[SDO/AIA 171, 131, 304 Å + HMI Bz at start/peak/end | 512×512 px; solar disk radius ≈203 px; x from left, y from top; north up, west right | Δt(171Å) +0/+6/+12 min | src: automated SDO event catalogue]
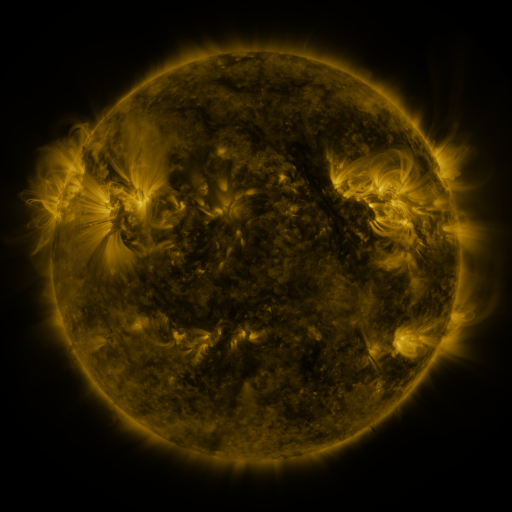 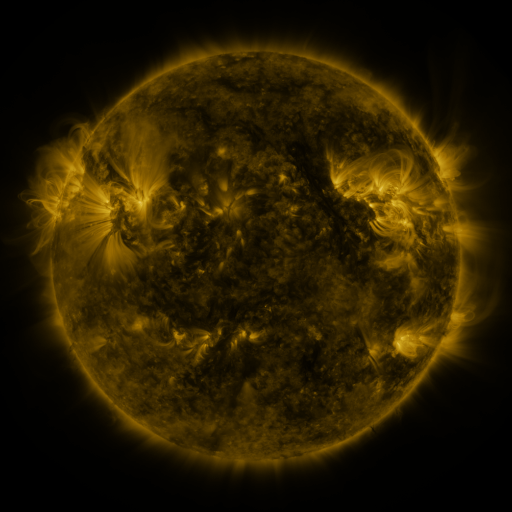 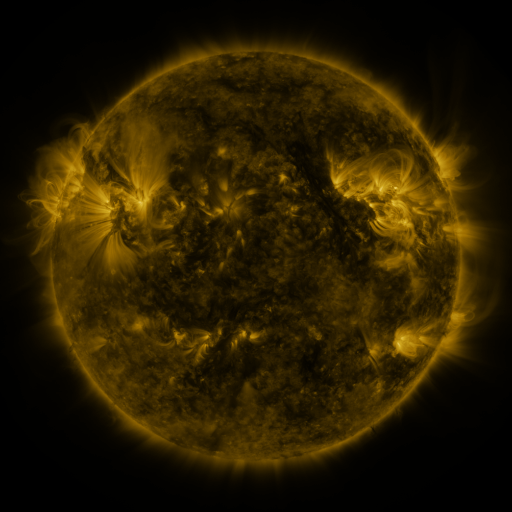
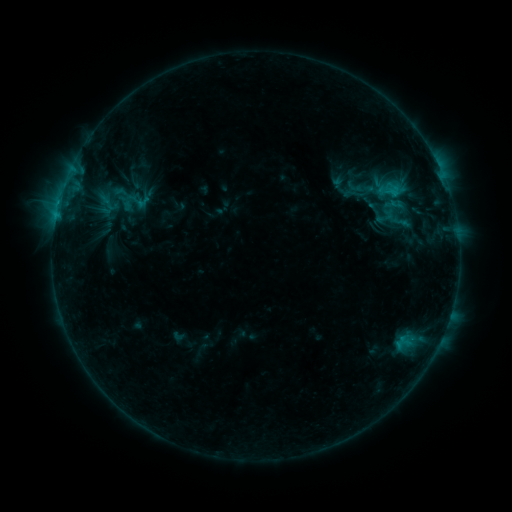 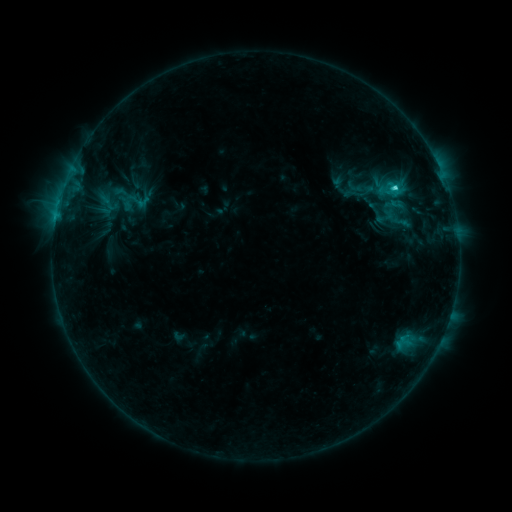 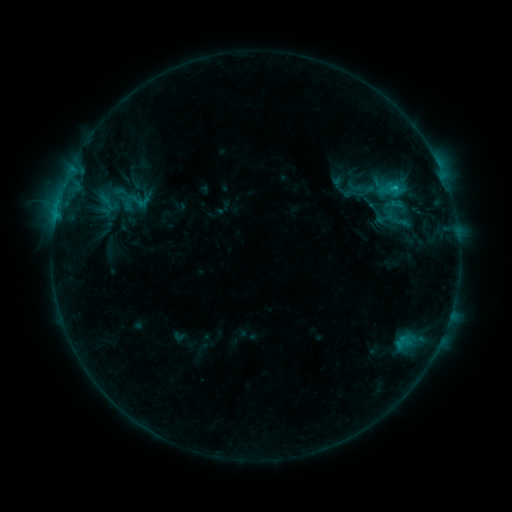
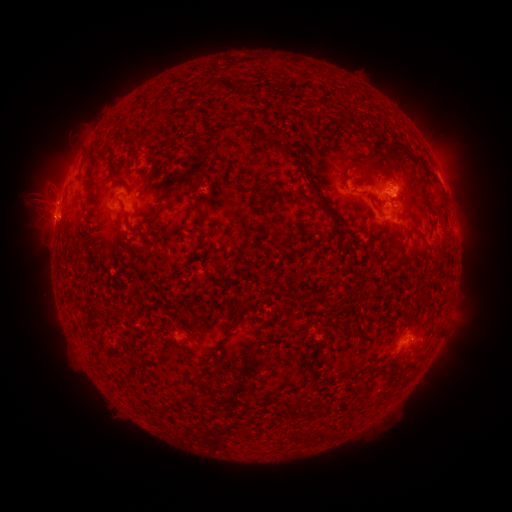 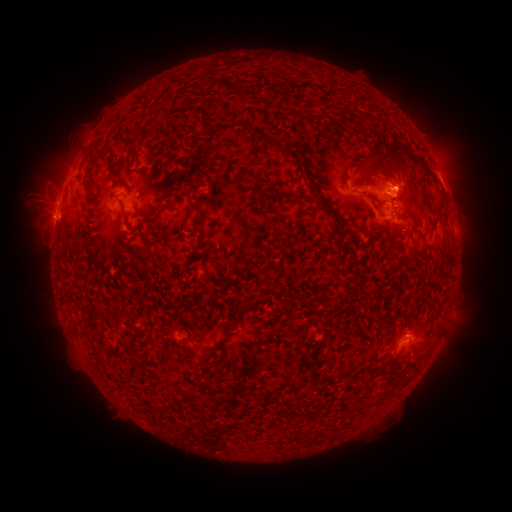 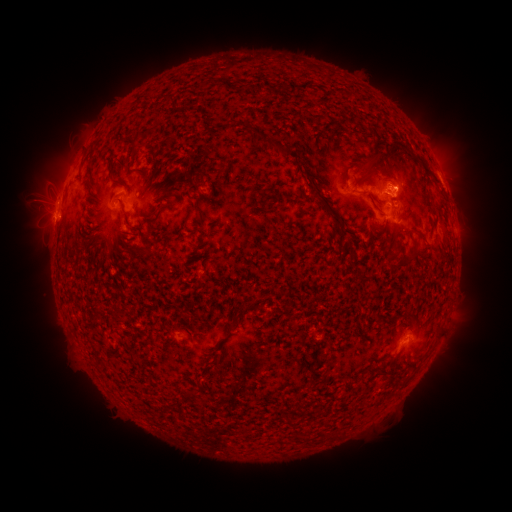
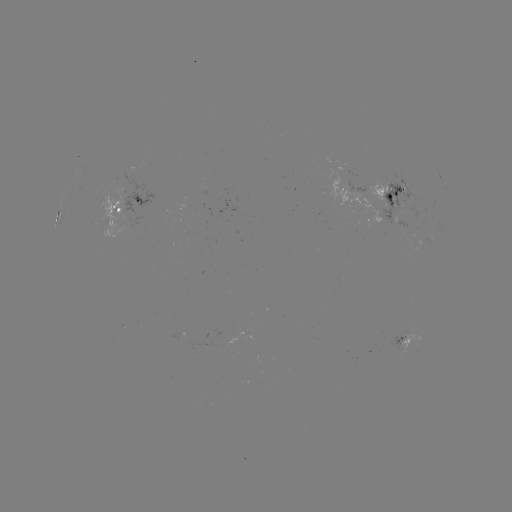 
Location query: C2.0 flare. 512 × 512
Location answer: [394, 189].